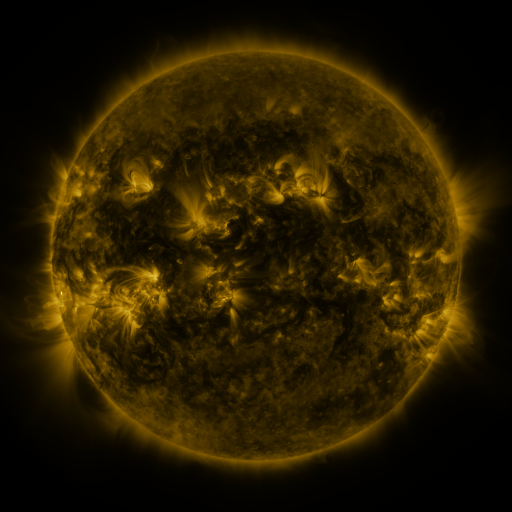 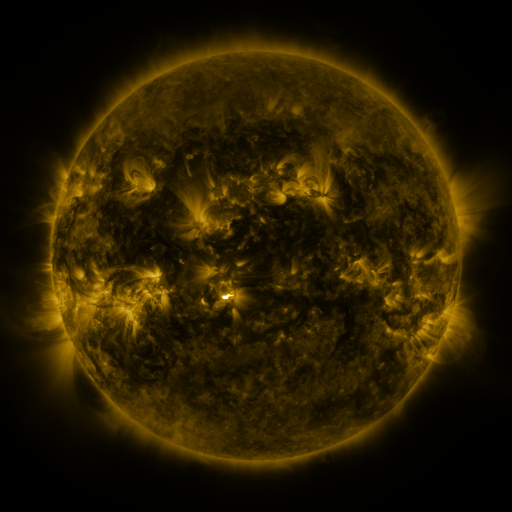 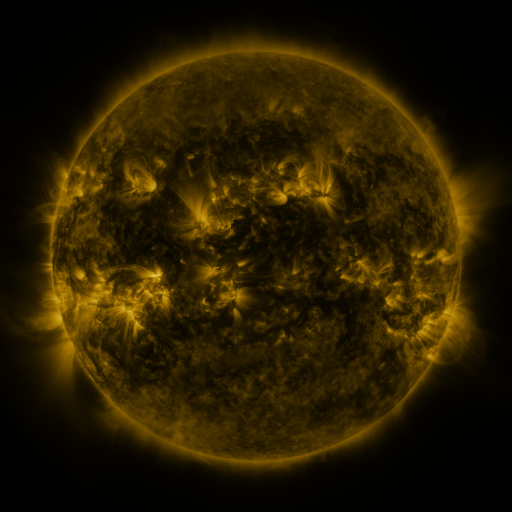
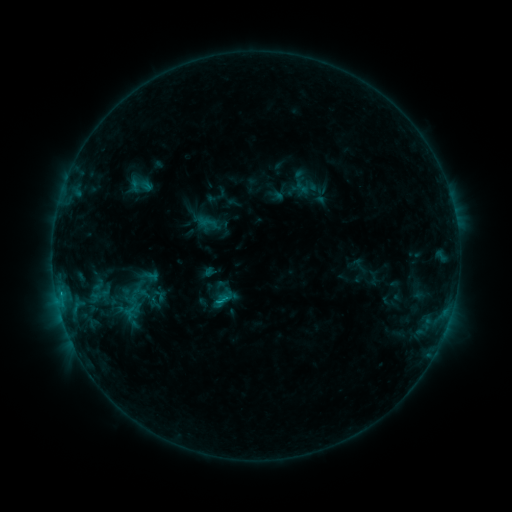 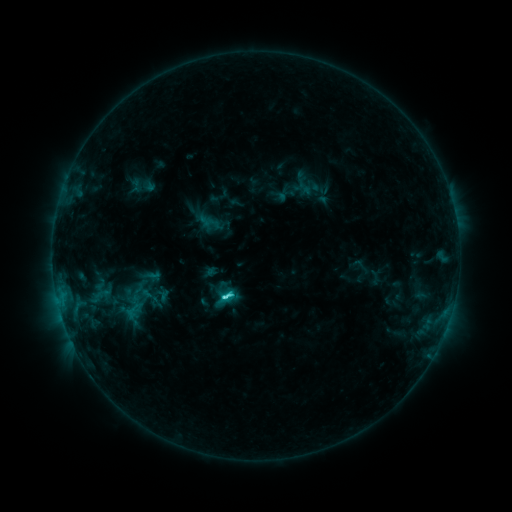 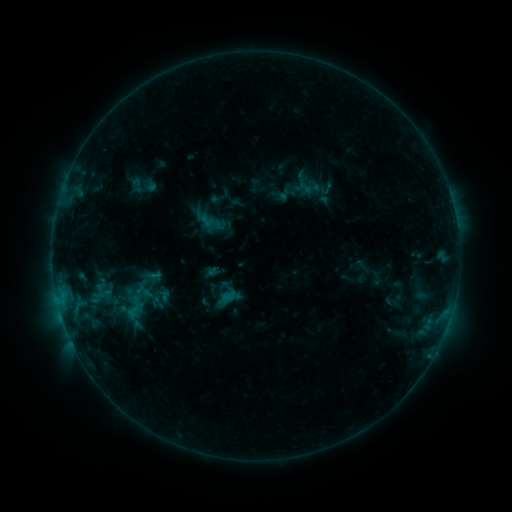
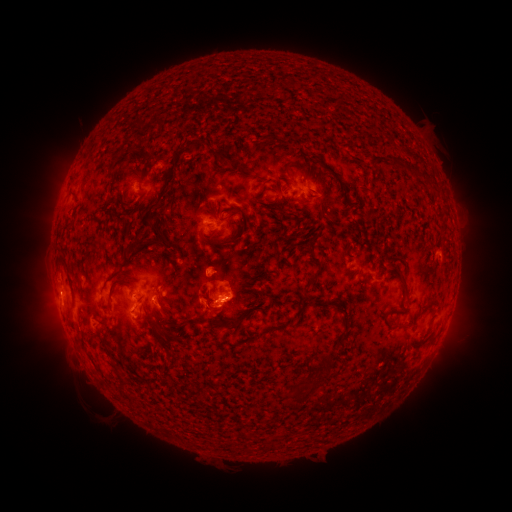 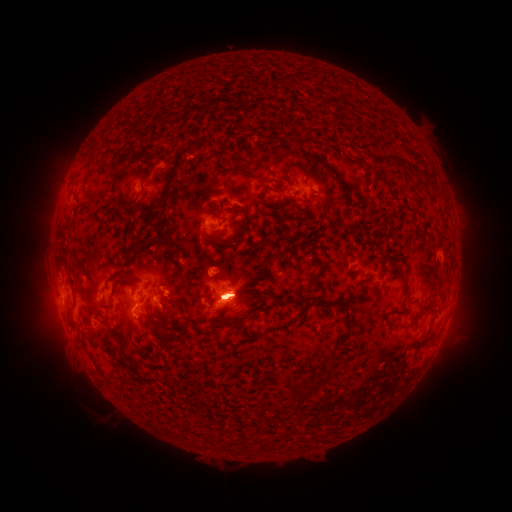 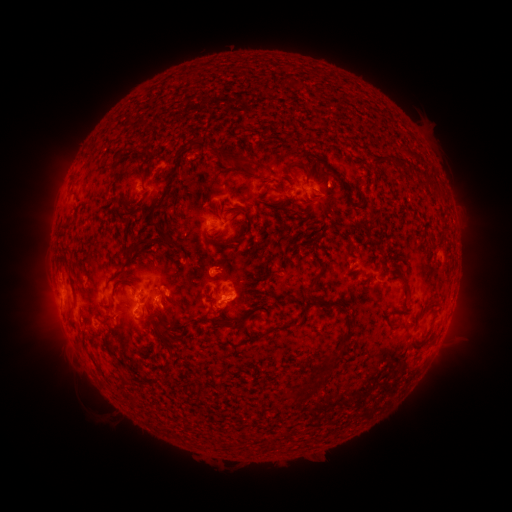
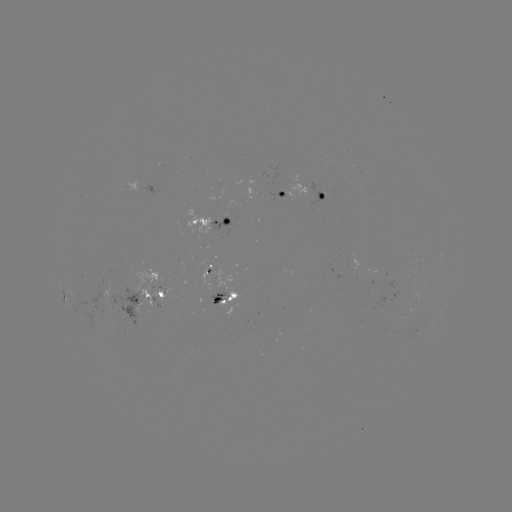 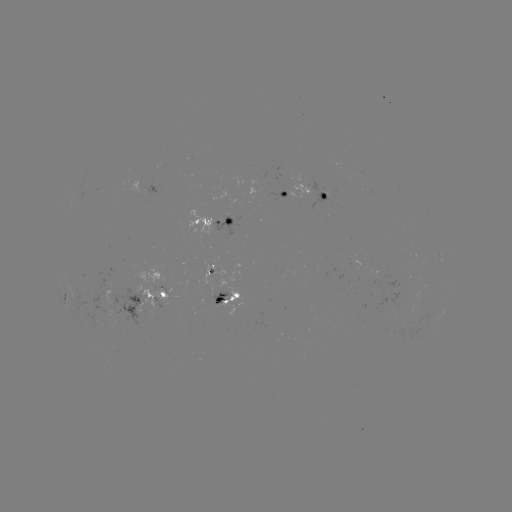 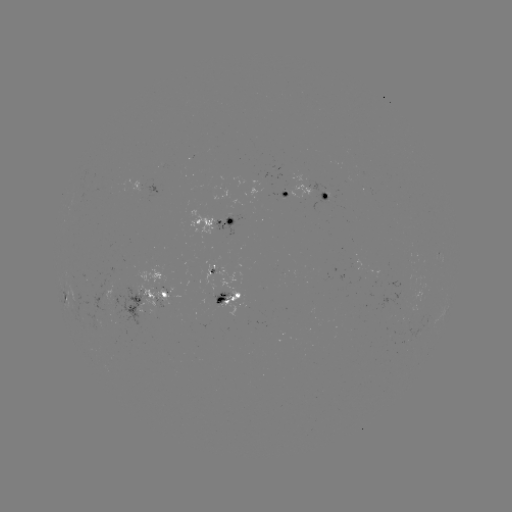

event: emerging-flux region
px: (236, 205)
